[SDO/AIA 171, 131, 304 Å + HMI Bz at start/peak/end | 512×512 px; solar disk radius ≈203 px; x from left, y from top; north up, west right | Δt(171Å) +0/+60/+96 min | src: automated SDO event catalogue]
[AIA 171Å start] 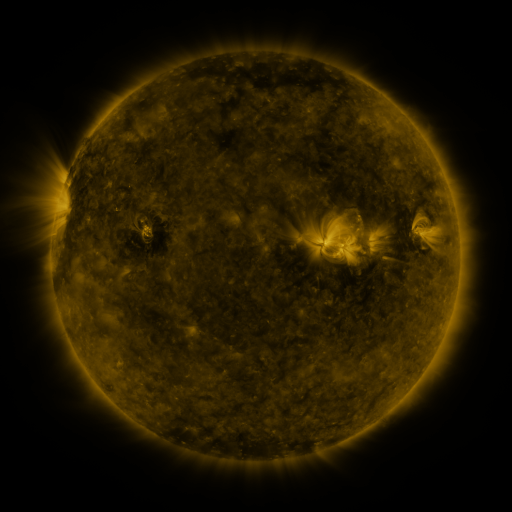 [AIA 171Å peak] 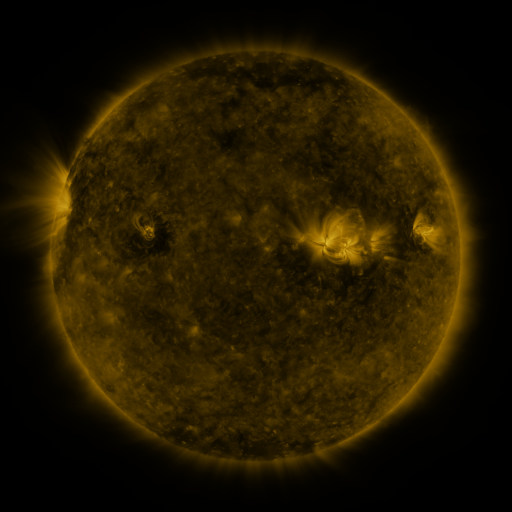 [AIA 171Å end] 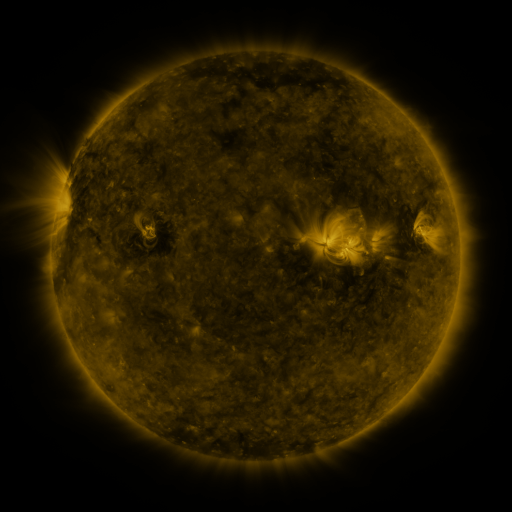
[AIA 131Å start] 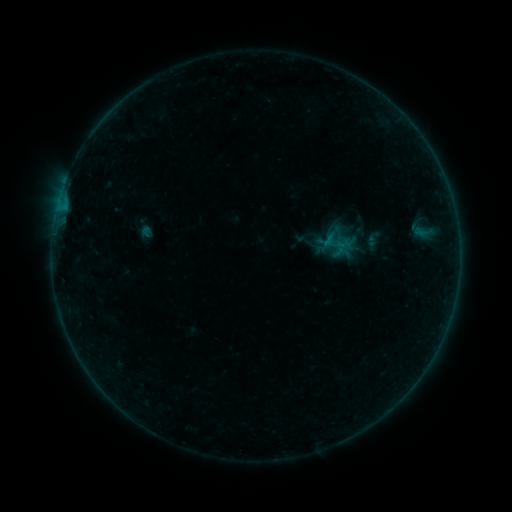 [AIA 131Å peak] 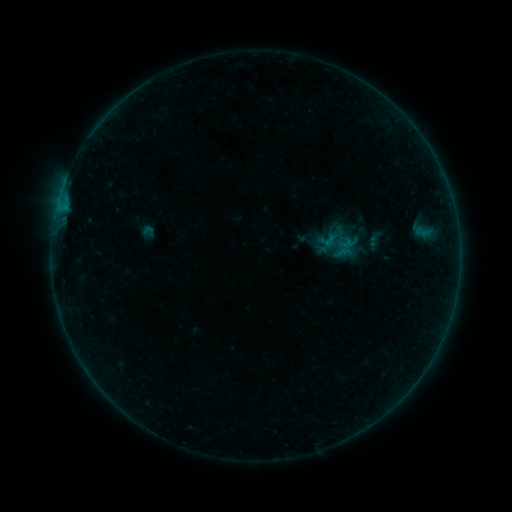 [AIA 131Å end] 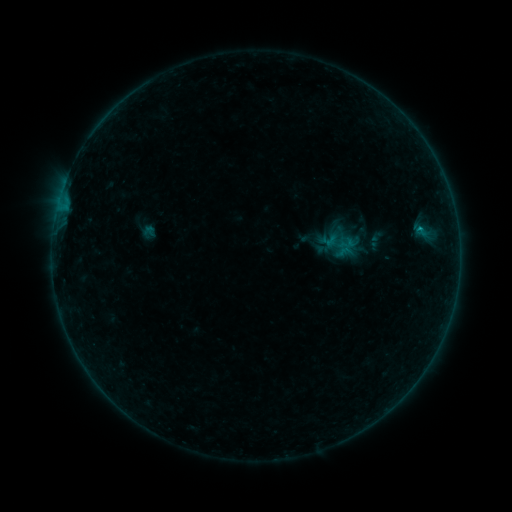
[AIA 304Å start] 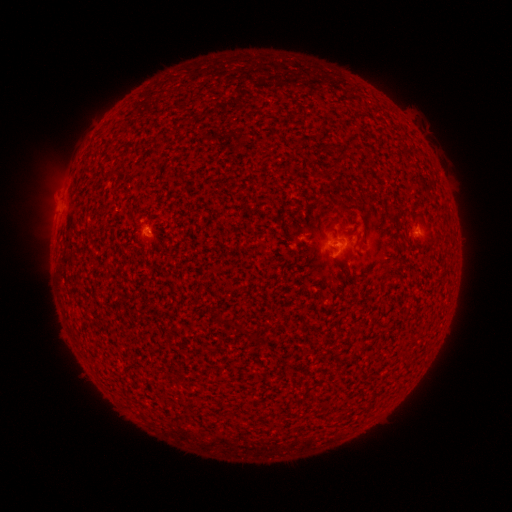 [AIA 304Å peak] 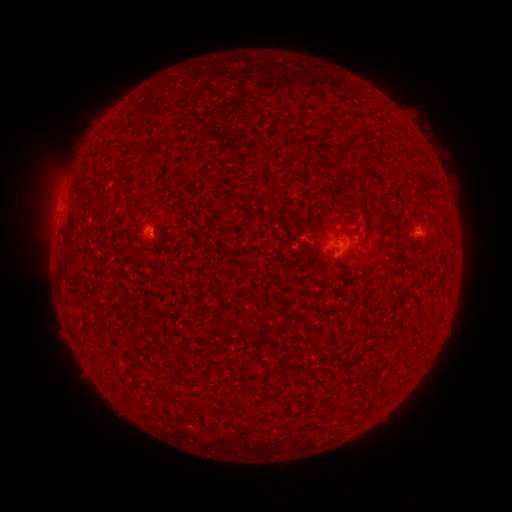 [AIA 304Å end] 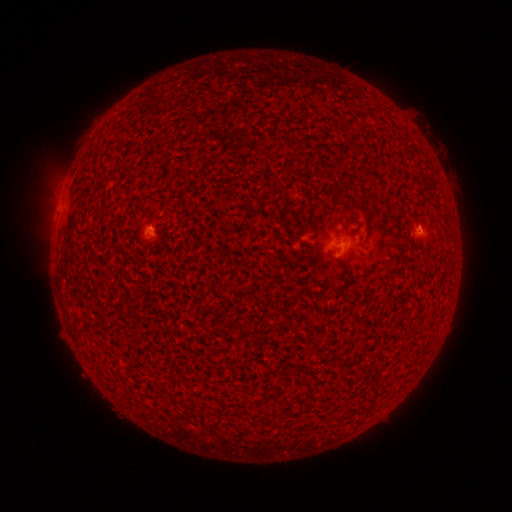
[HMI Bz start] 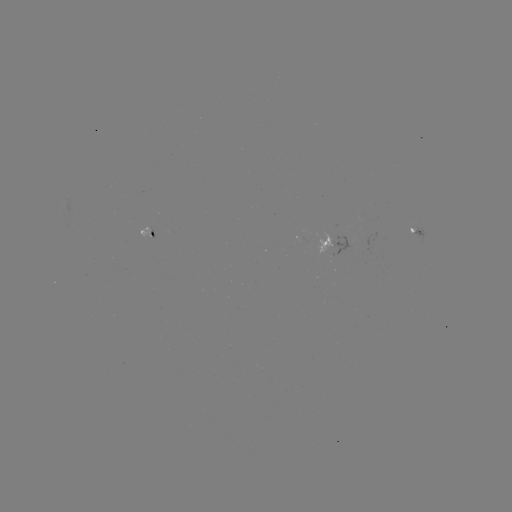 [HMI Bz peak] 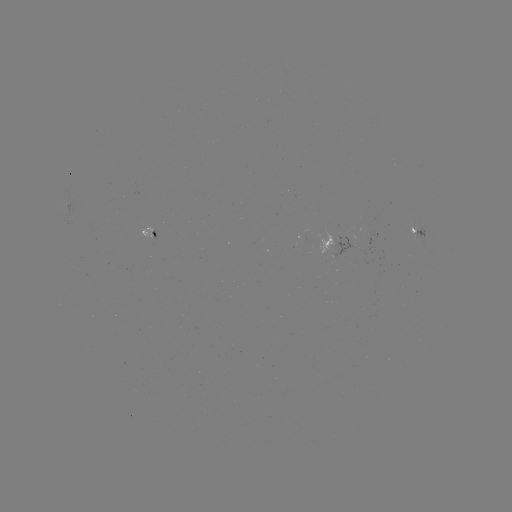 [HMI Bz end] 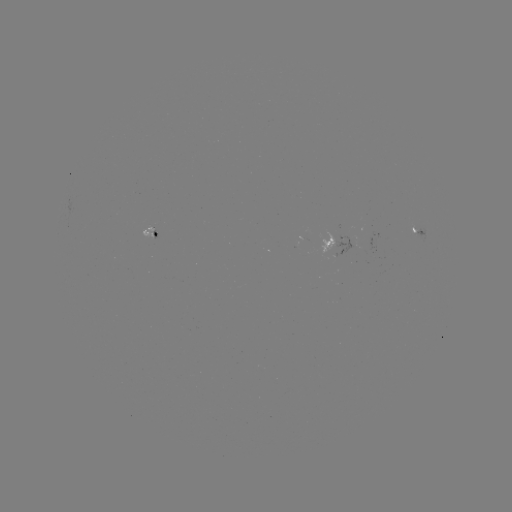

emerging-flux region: [332, 235, 353, 257]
